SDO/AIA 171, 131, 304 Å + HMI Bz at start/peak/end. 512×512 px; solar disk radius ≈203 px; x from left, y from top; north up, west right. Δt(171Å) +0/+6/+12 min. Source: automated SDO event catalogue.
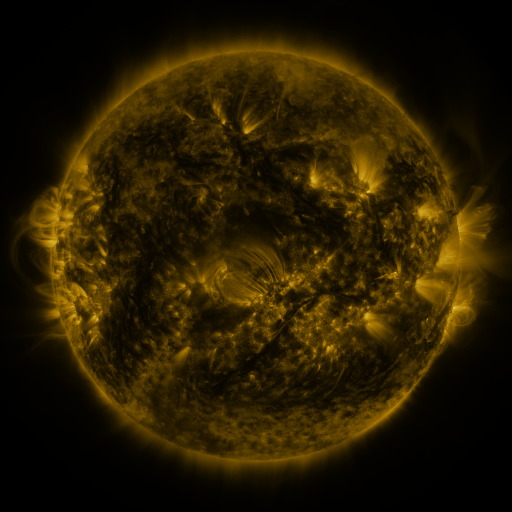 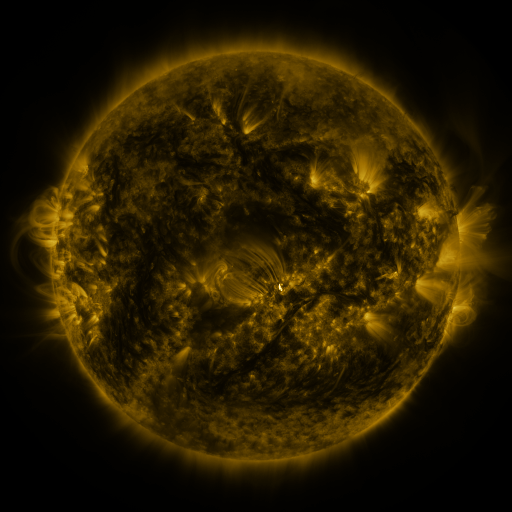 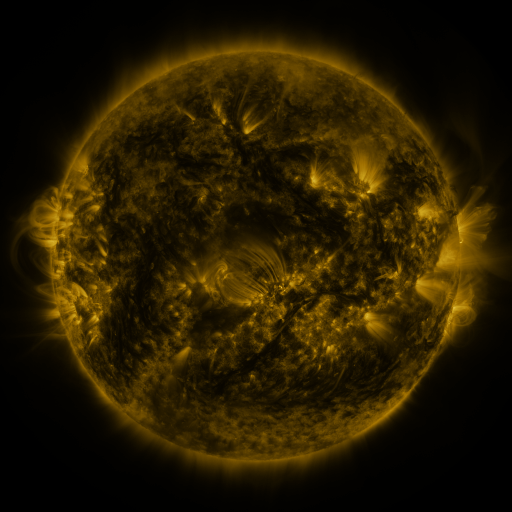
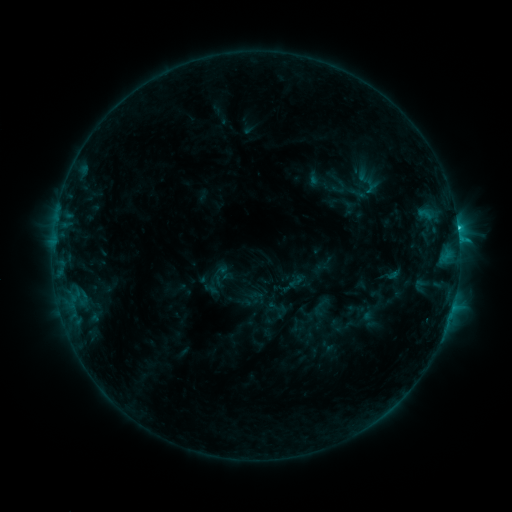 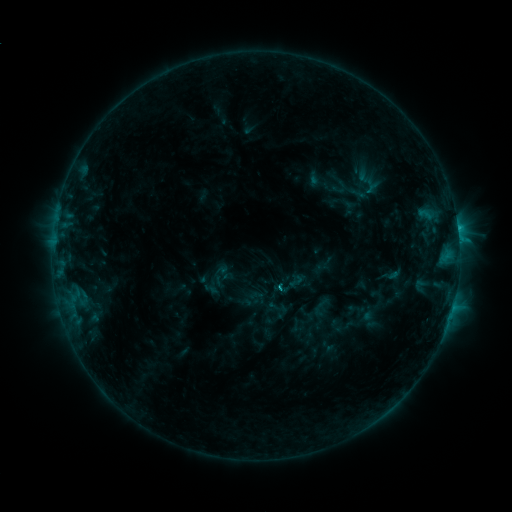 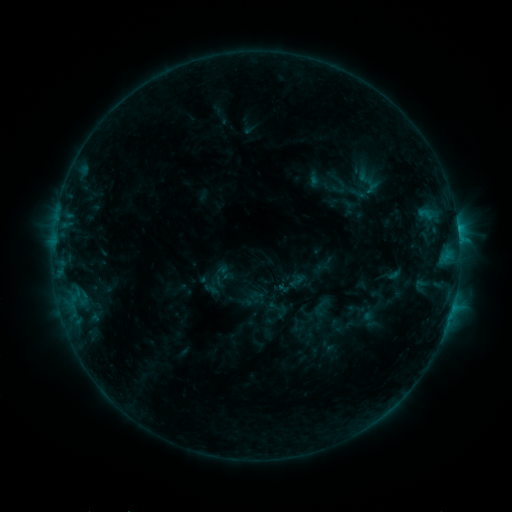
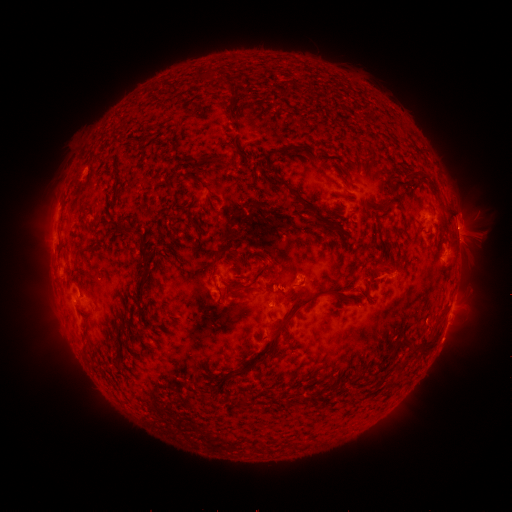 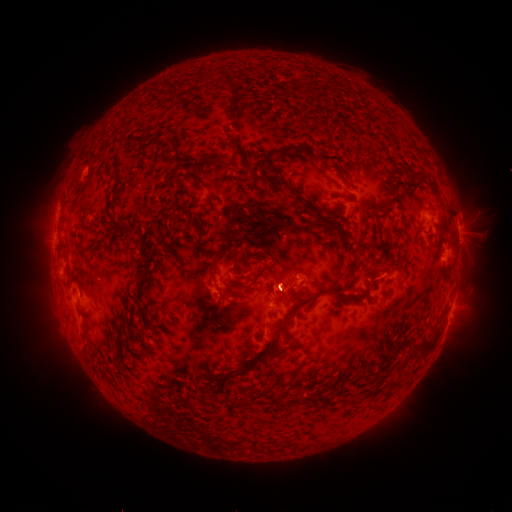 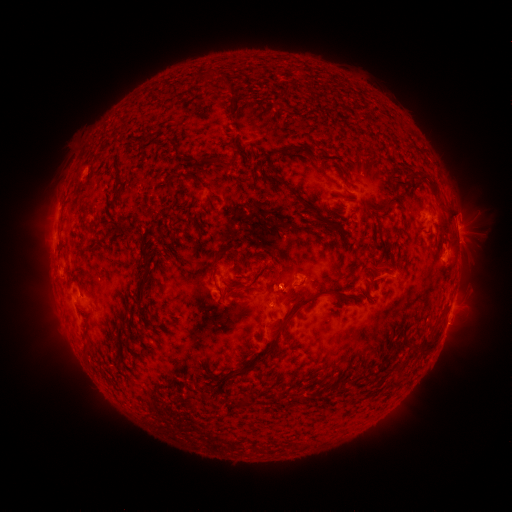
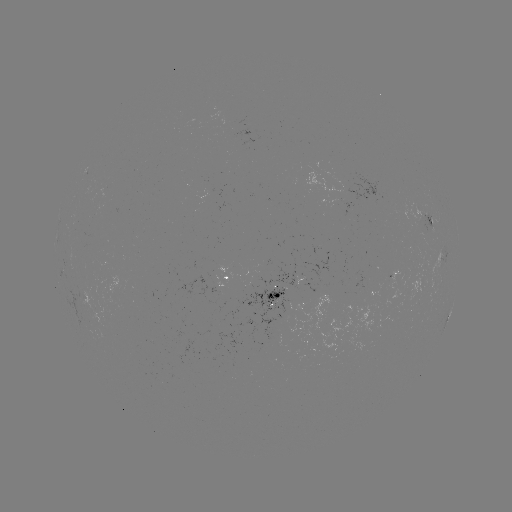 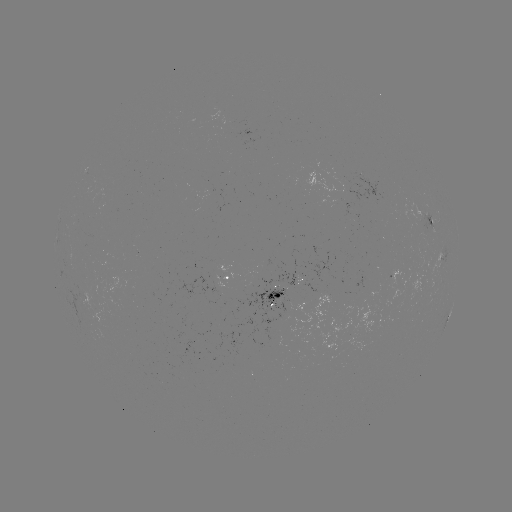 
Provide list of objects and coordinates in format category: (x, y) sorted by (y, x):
eruption: (284, 288)
